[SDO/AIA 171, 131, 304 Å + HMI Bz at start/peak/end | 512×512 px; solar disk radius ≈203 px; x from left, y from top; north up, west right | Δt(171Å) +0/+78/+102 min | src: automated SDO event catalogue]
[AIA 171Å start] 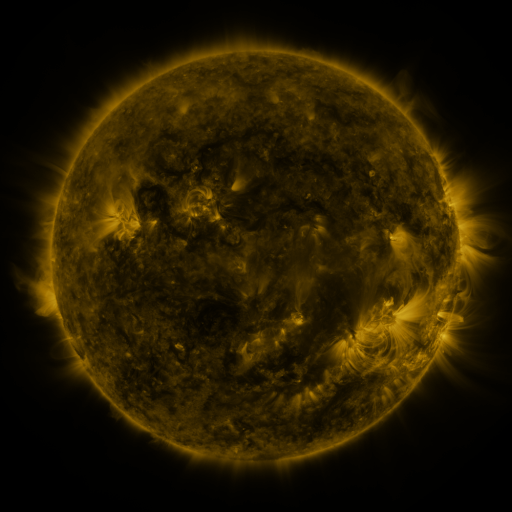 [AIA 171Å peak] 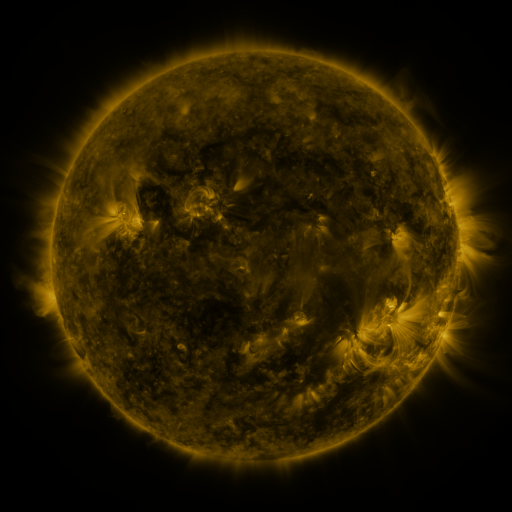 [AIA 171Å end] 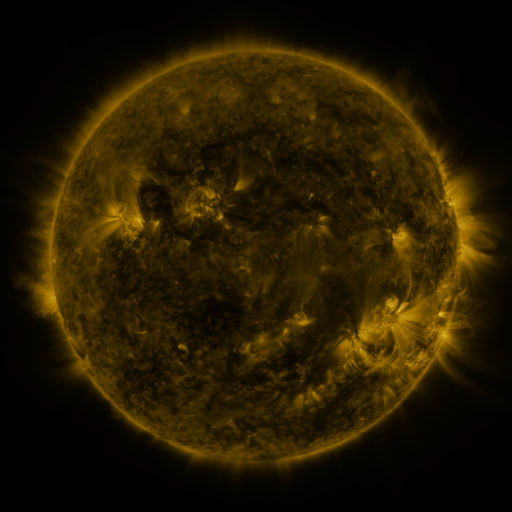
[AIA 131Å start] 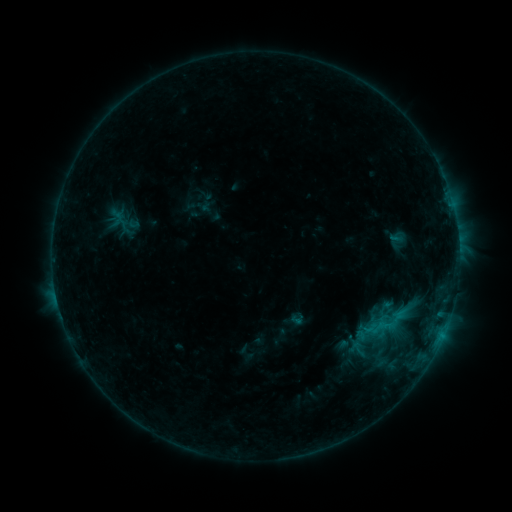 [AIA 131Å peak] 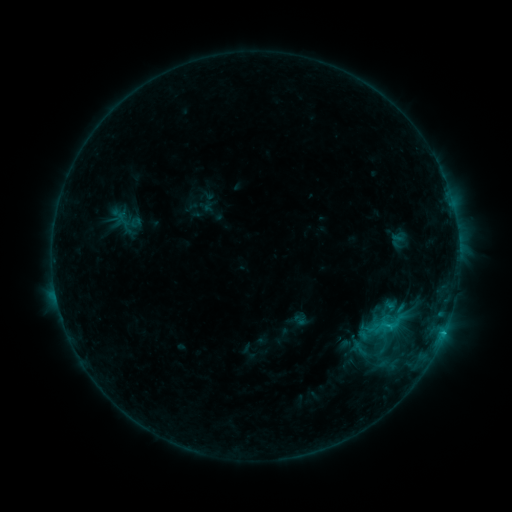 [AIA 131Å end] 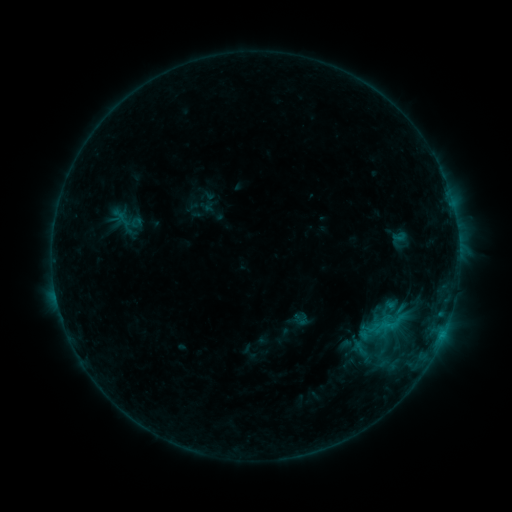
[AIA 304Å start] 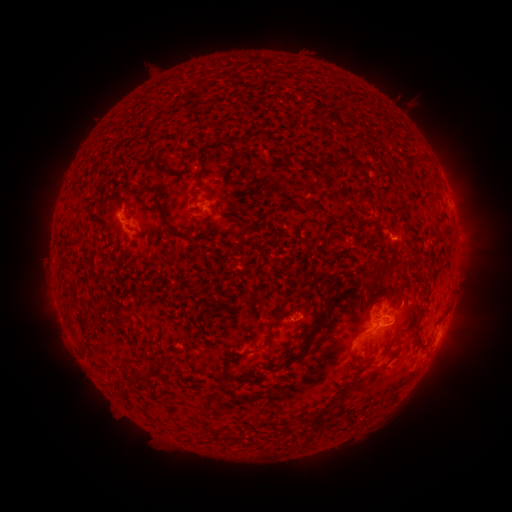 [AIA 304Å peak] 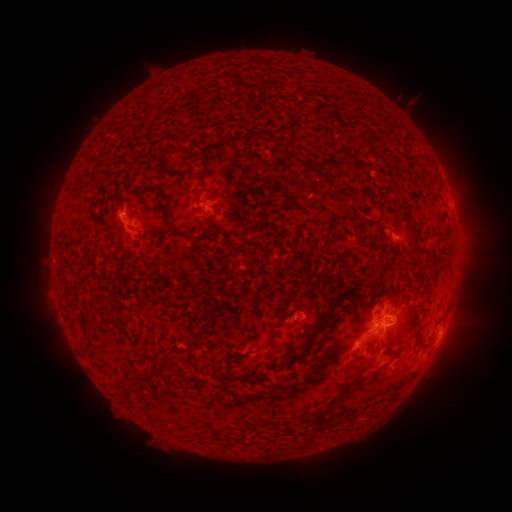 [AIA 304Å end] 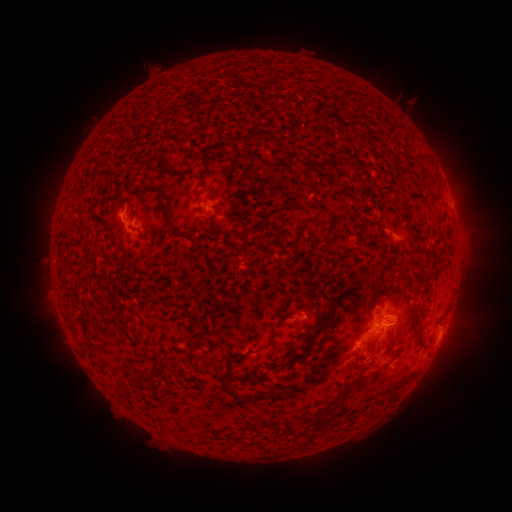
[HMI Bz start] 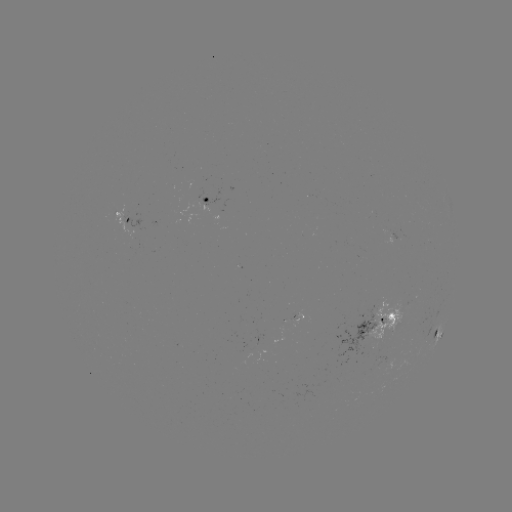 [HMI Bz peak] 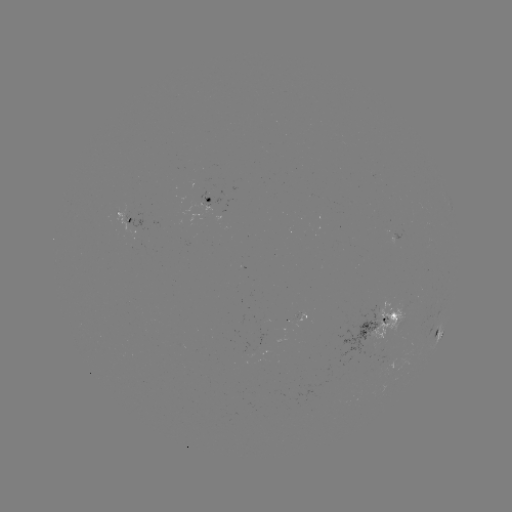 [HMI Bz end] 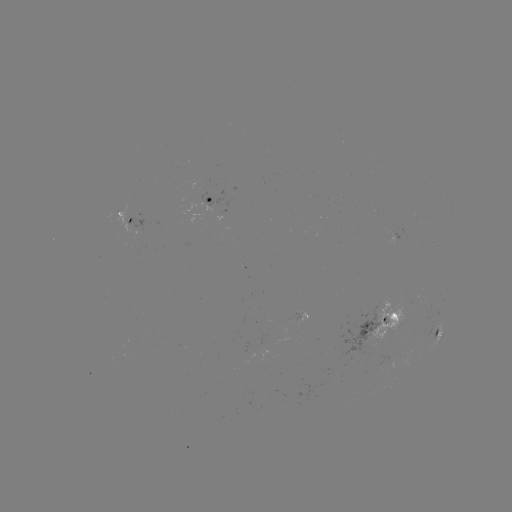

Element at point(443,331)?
C1.8 flare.